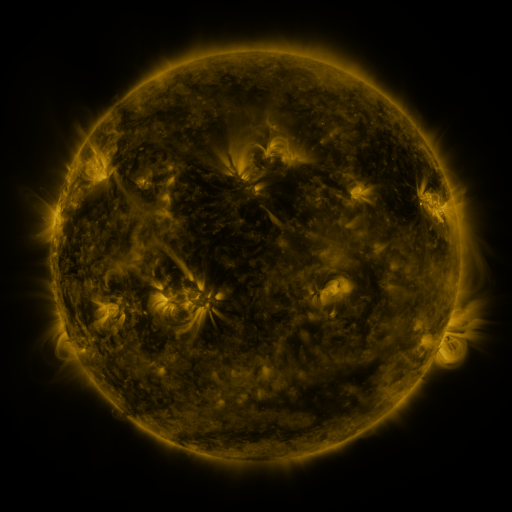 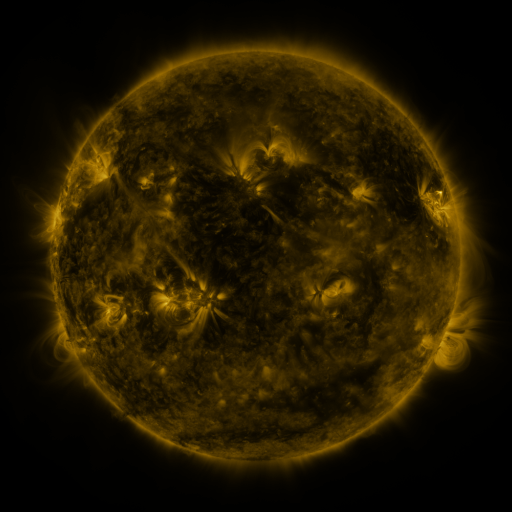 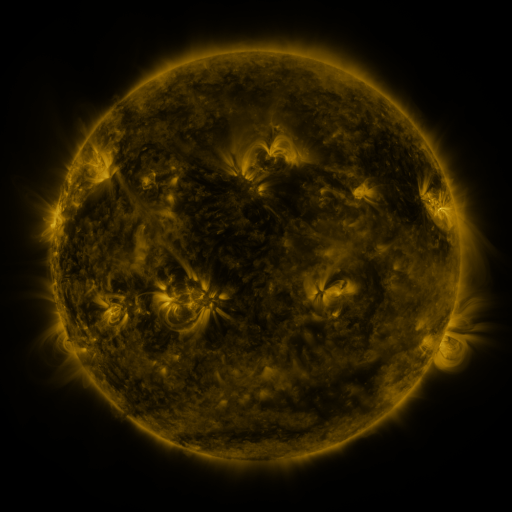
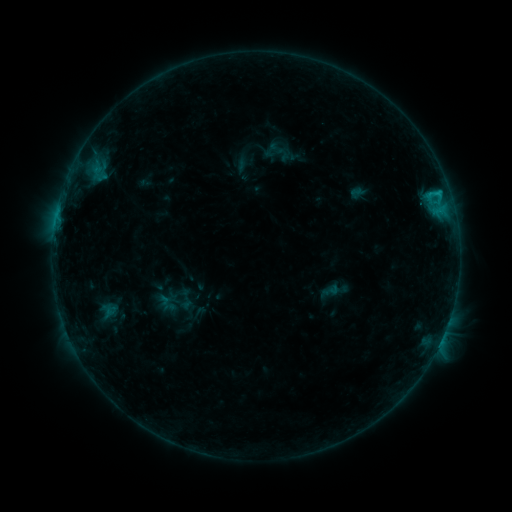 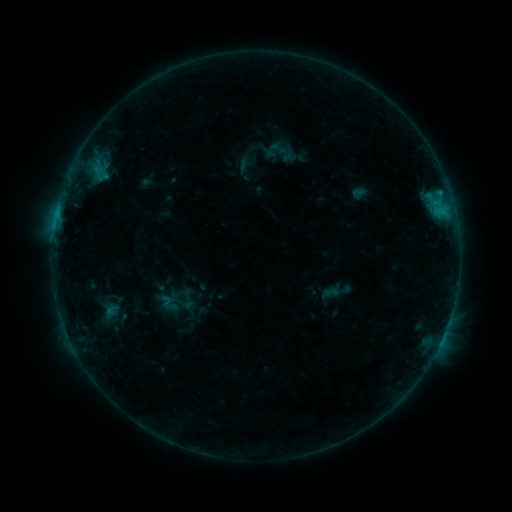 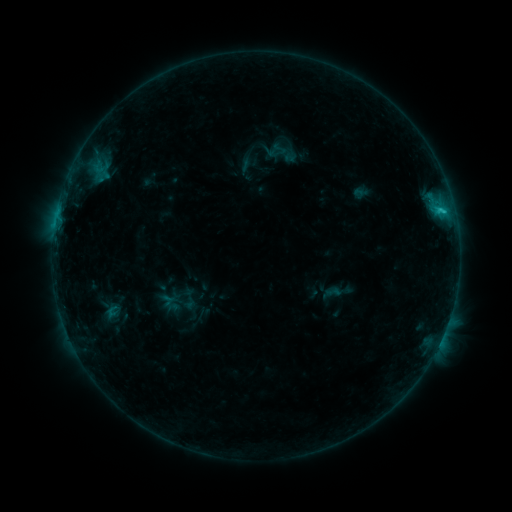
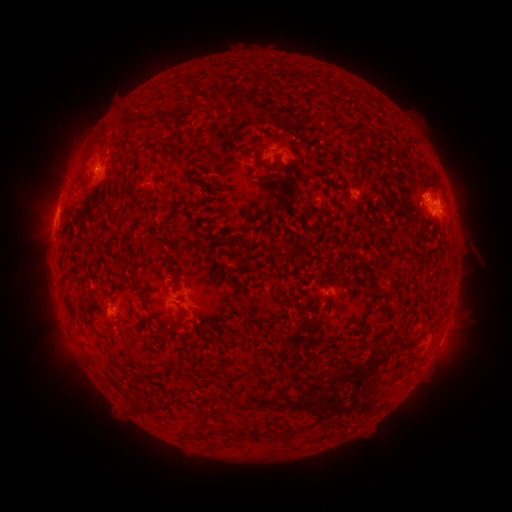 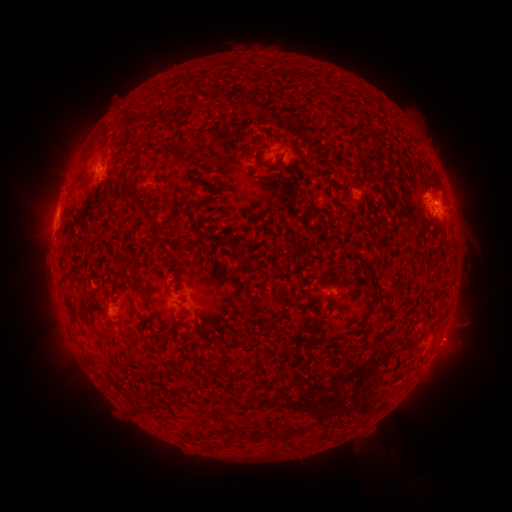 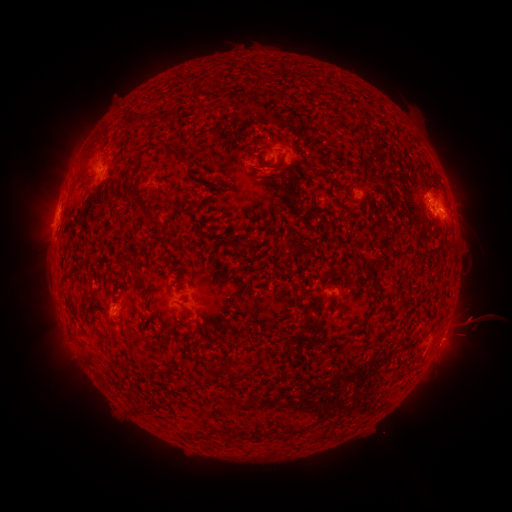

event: filament eruption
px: (388, 468)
